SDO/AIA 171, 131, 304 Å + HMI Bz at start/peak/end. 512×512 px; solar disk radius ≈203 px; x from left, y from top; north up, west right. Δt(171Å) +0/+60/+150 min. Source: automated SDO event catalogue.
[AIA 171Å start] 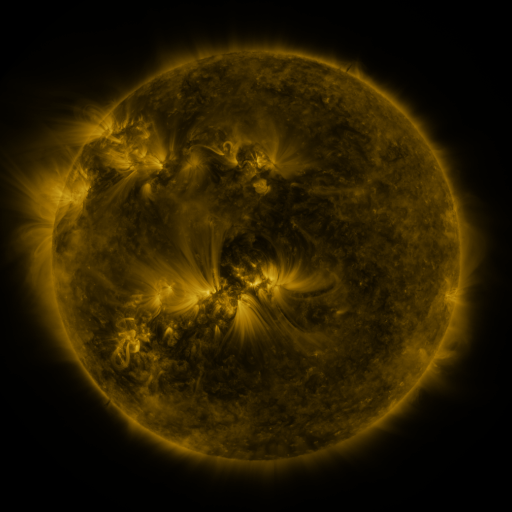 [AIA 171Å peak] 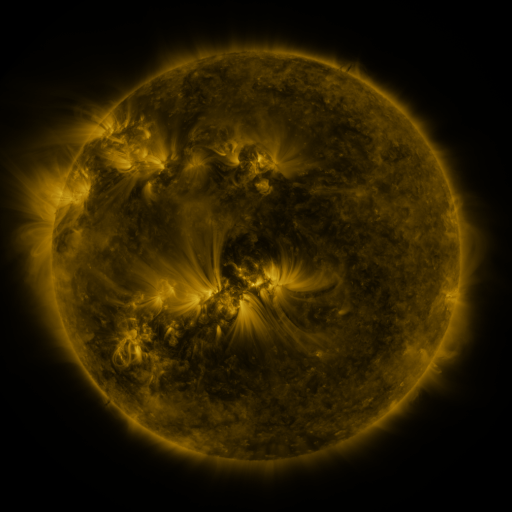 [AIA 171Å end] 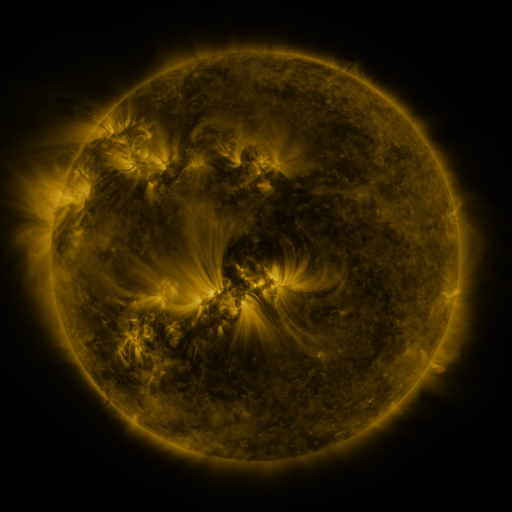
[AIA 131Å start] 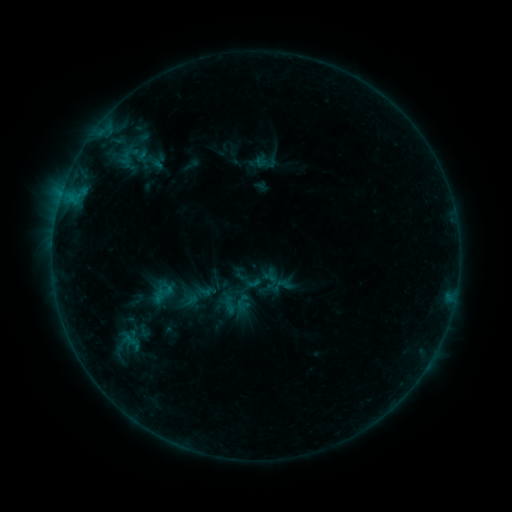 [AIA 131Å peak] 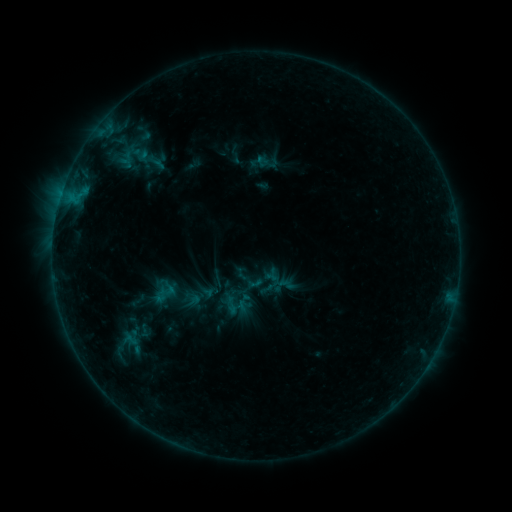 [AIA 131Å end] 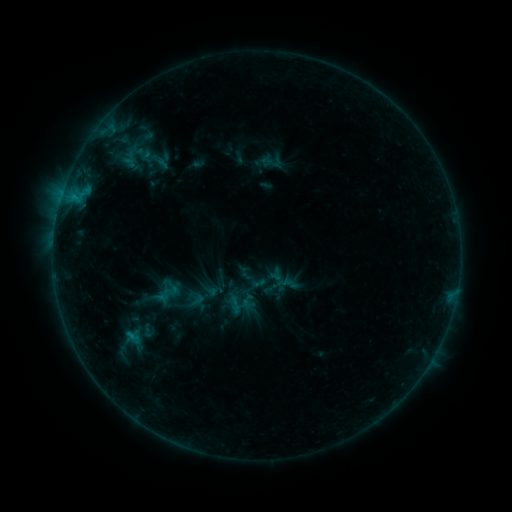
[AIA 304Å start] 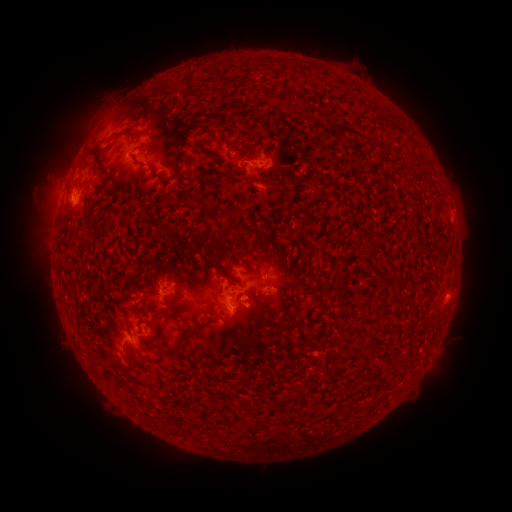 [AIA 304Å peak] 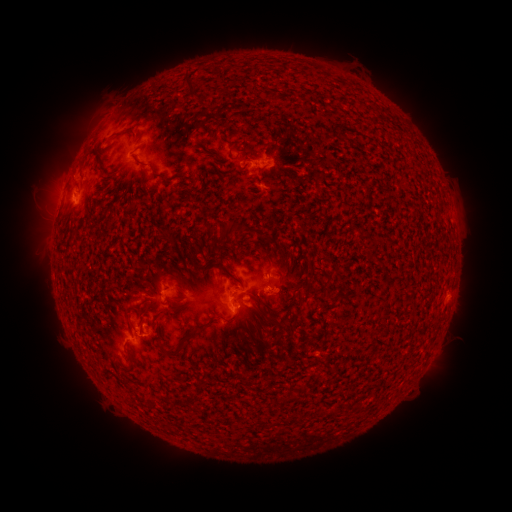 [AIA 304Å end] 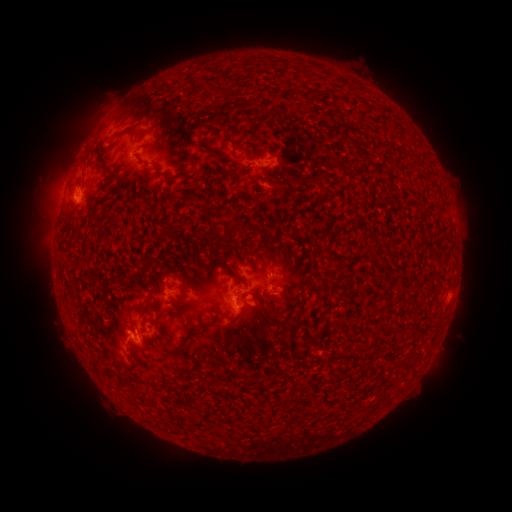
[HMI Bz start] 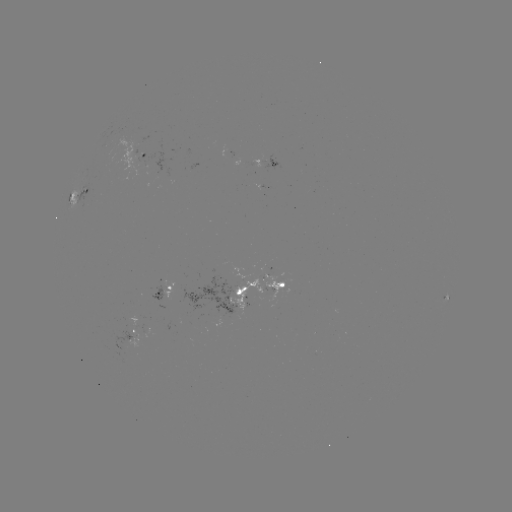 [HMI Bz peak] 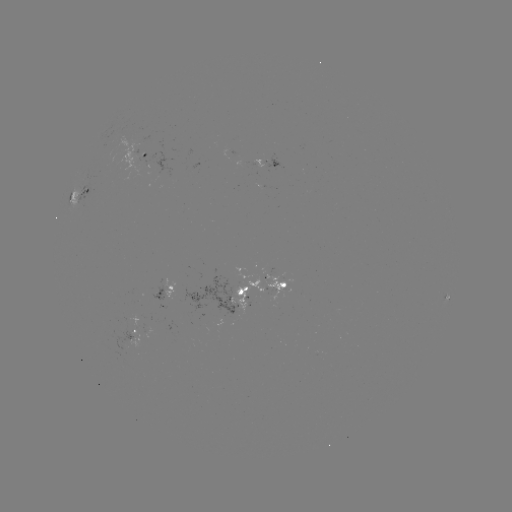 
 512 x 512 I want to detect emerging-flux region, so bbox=[215, 316, 225, 326].